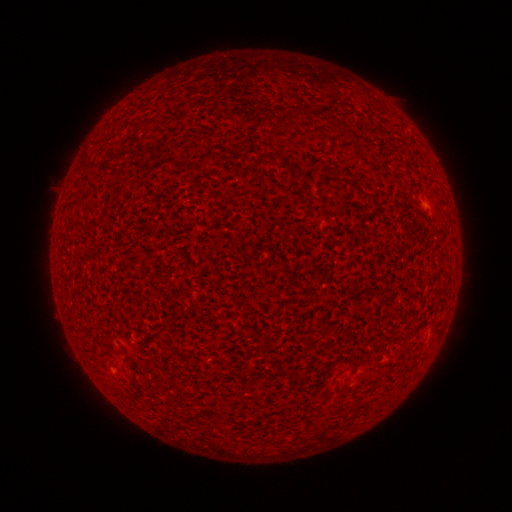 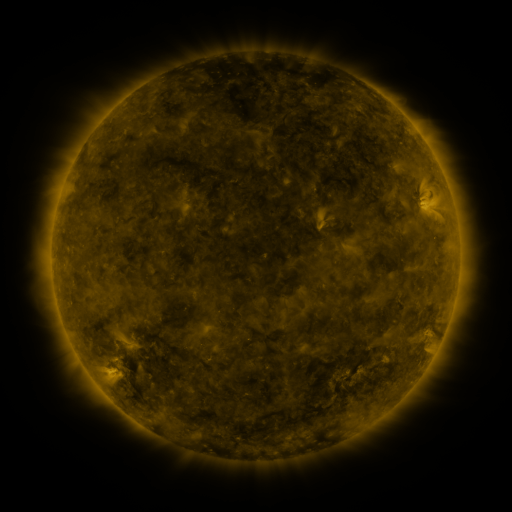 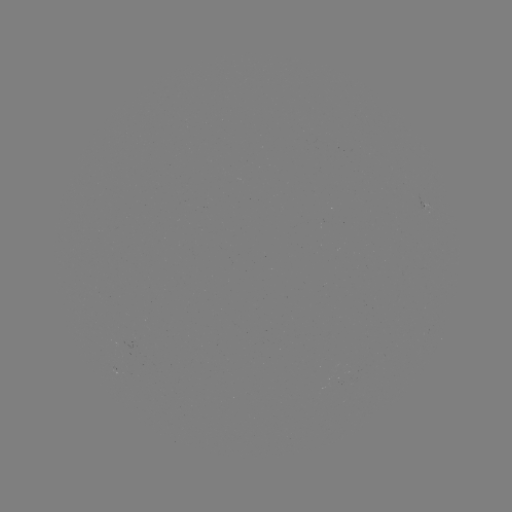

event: spotted active region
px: (429, 207)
